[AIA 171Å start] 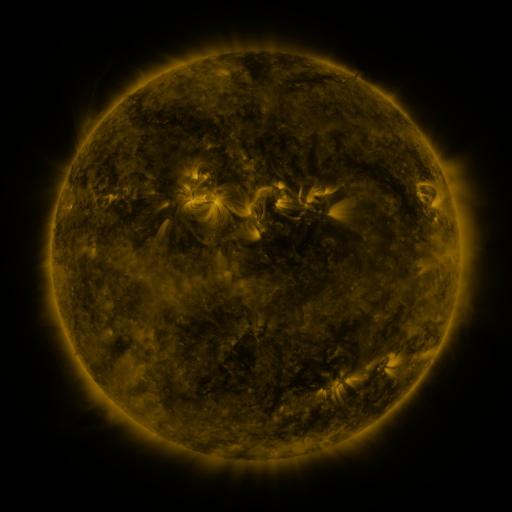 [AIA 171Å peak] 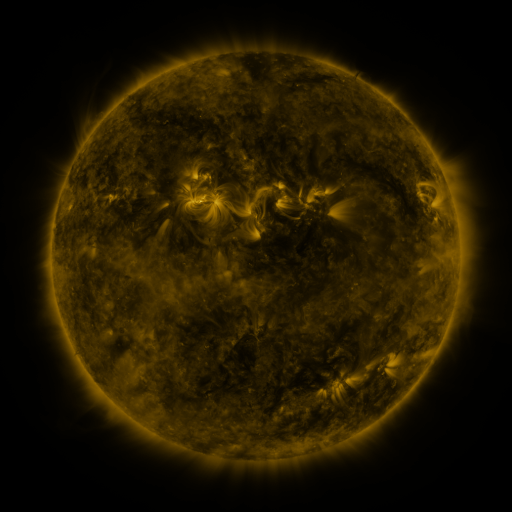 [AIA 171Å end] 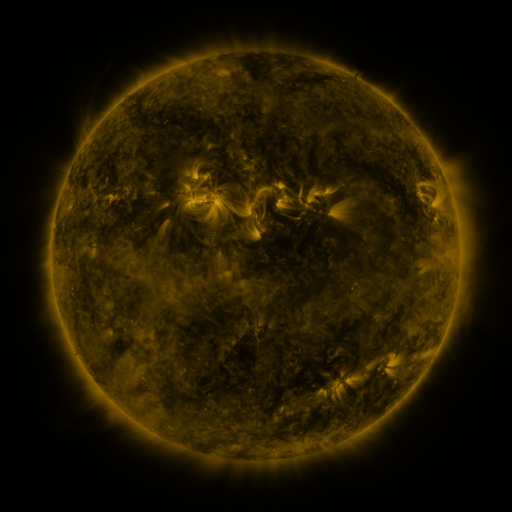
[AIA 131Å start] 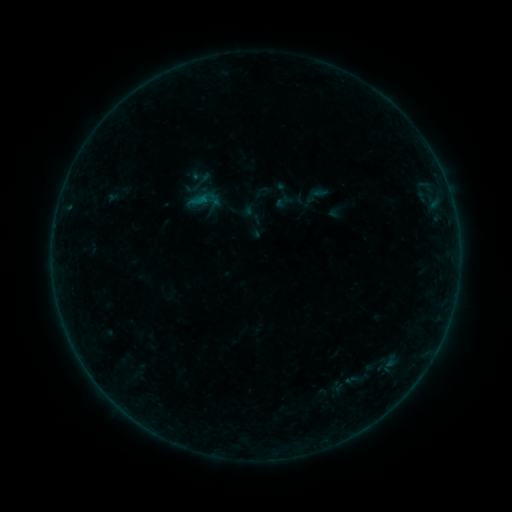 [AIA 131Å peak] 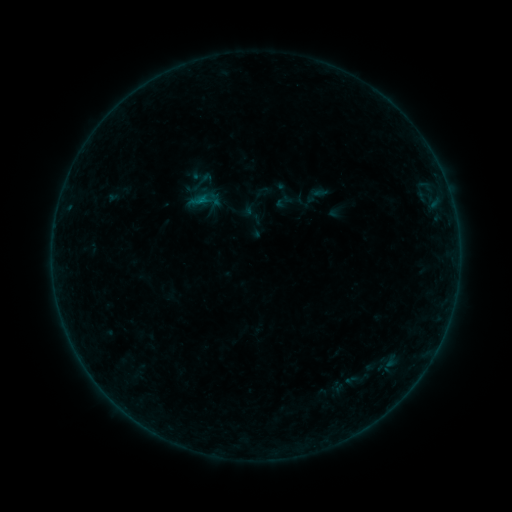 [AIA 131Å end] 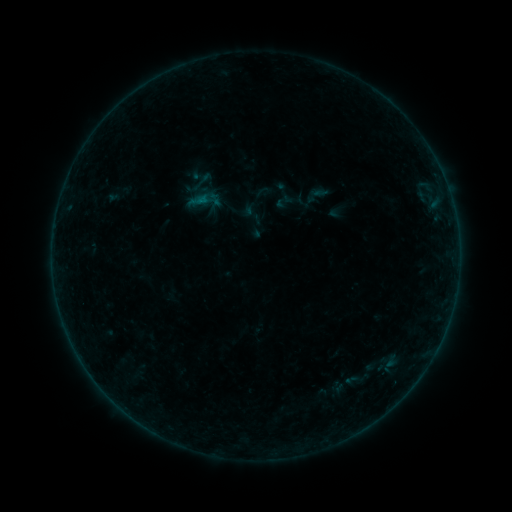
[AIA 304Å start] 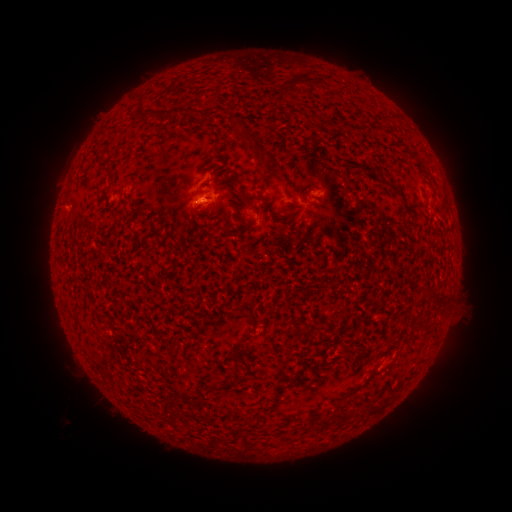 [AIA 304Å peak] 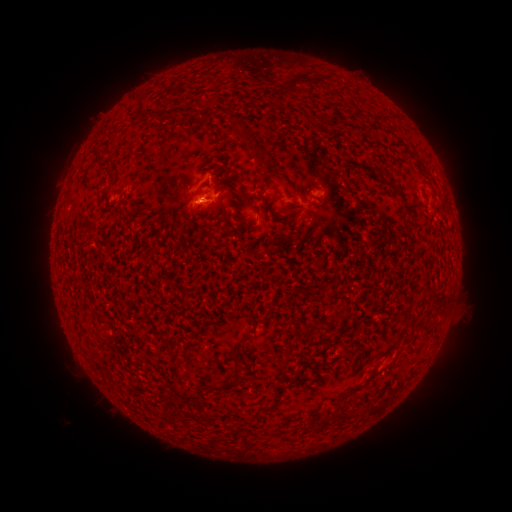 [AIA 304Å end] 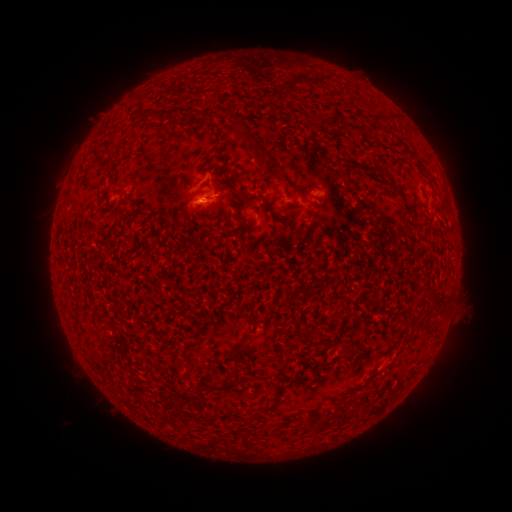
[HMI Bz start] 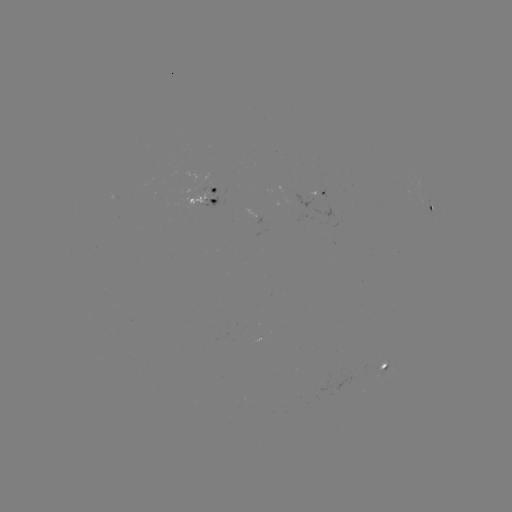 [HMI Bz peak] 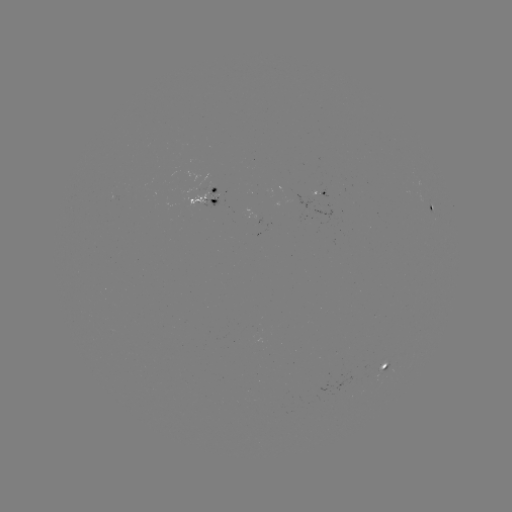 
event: flare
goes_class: B1.4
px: (202, 206)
